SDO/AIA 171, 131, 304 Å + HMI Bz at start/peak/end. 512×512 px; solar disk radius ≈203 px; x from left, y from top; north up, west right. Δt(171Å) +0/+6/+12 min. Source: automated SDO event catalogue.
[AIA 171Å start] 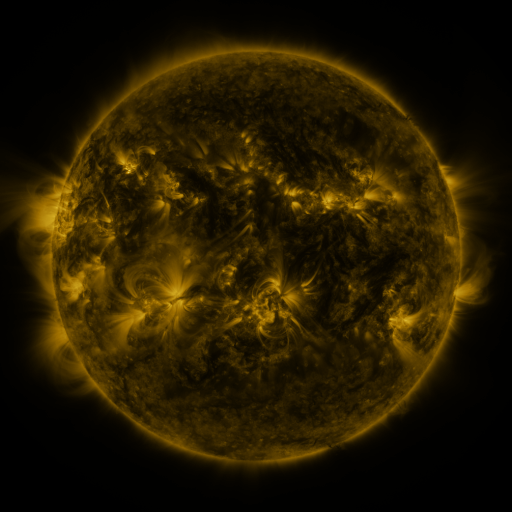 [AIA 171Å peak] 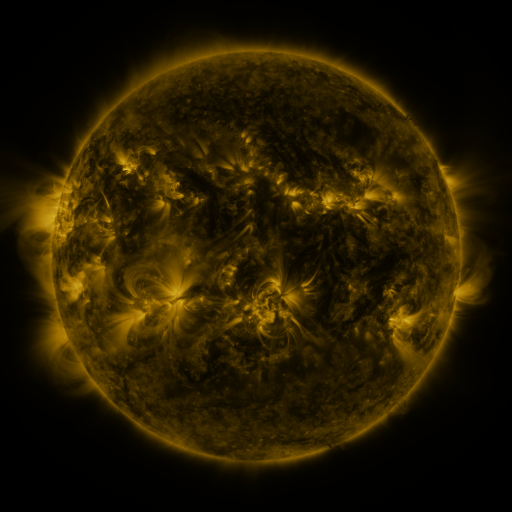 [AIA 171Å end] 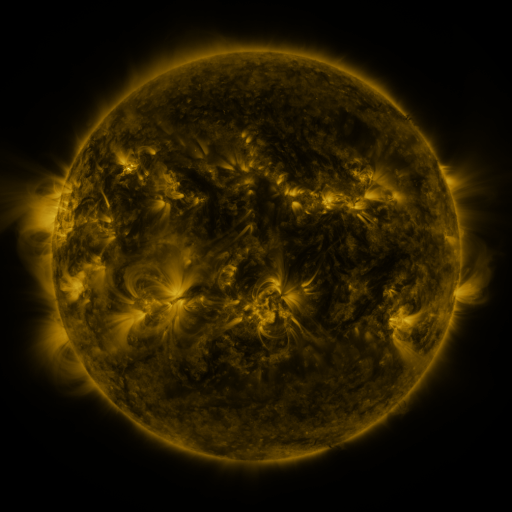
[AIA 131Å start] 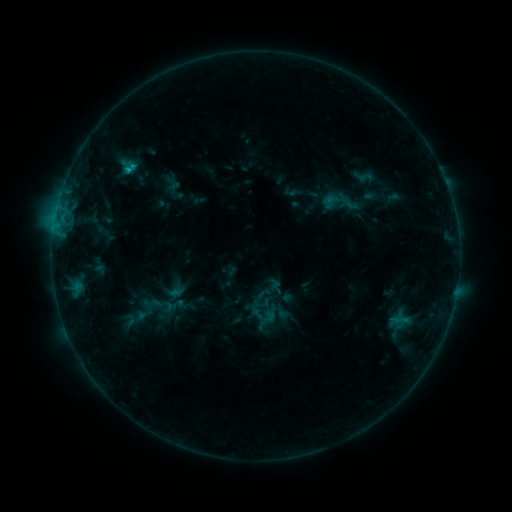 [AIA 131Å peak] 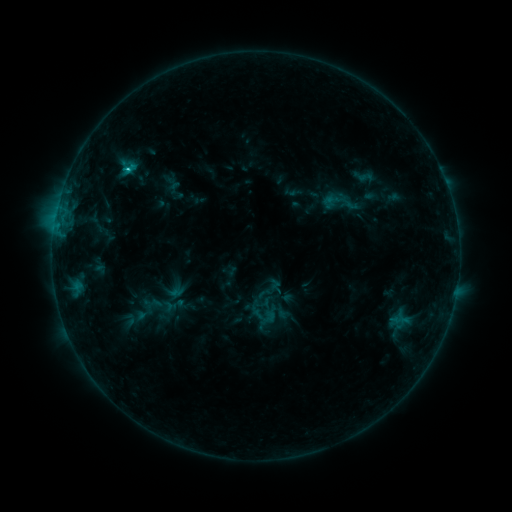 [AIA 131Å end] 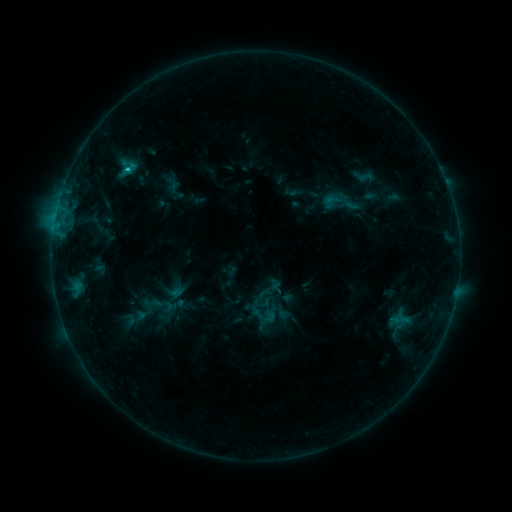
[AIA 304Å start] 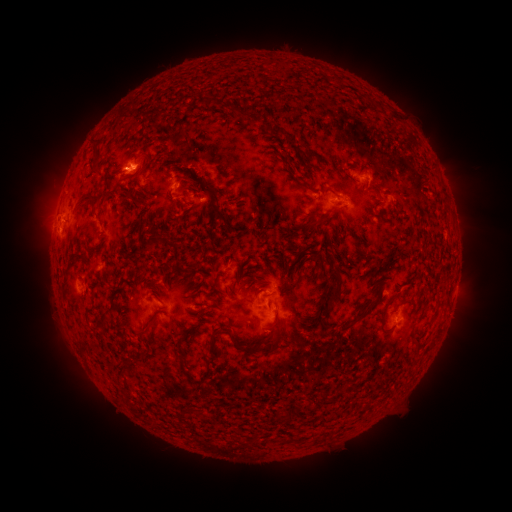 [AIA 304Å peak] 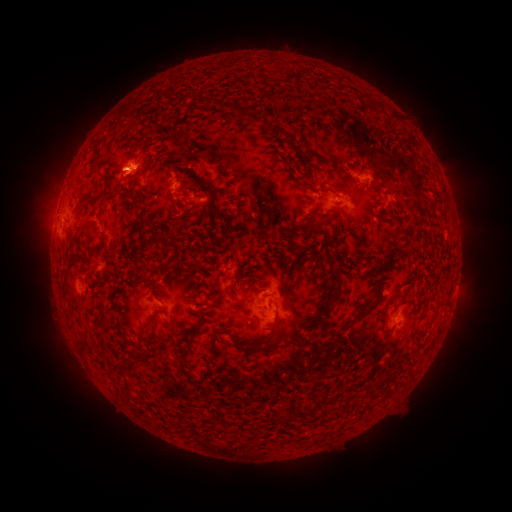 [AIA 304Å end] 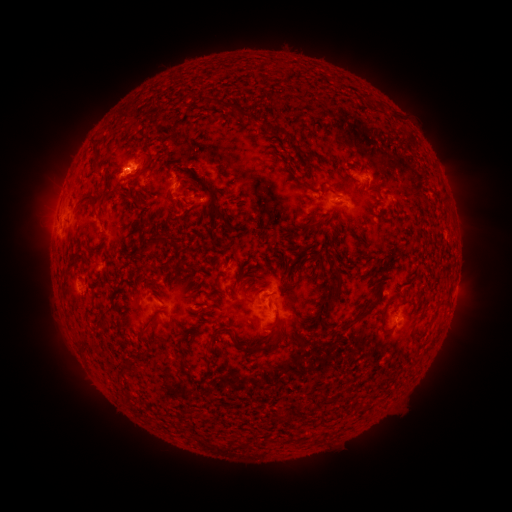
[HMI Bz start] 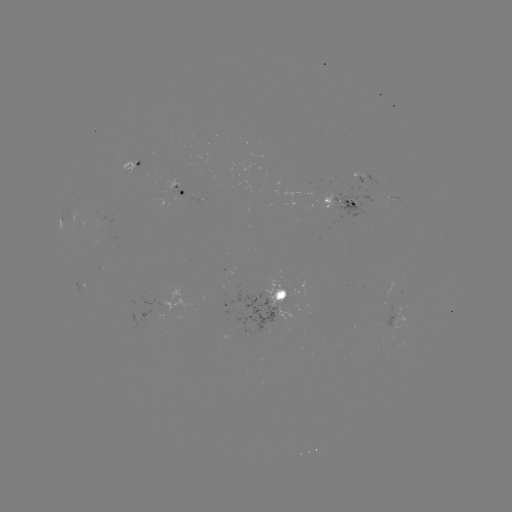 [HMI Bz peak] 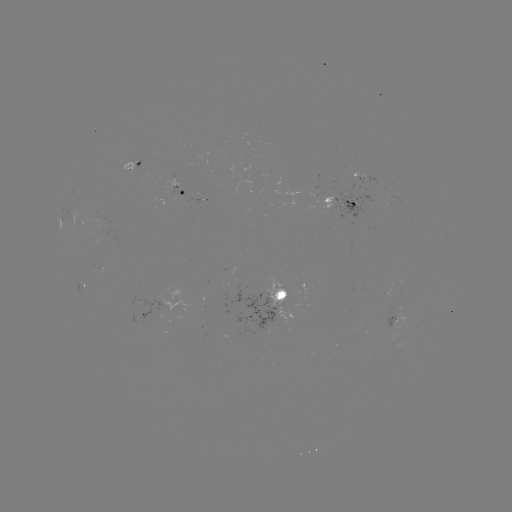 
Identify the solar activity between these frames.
C1.1 flare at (127, 171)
